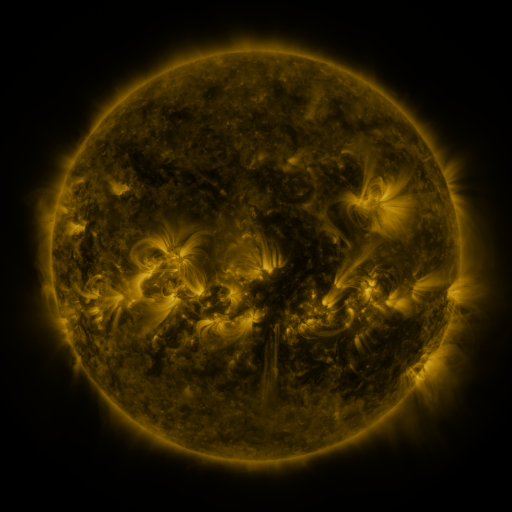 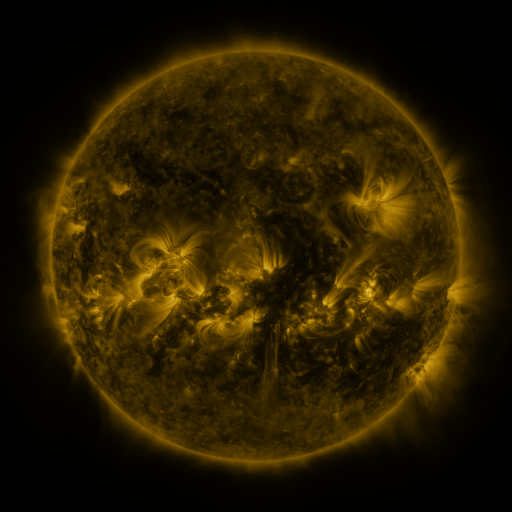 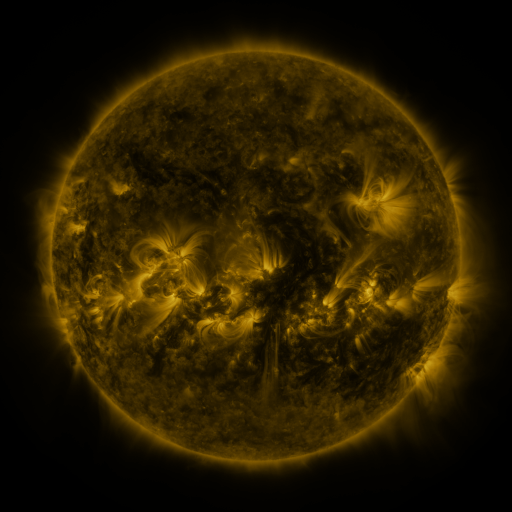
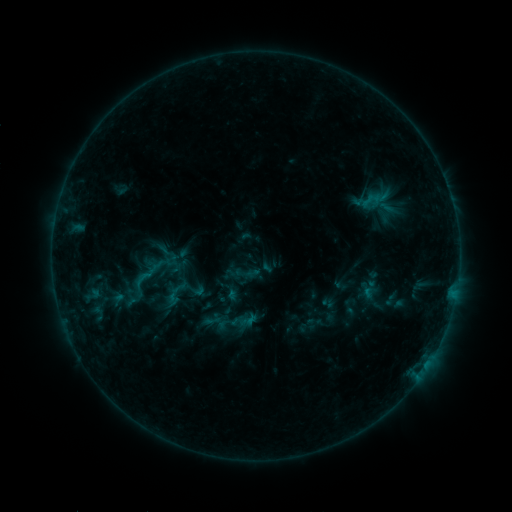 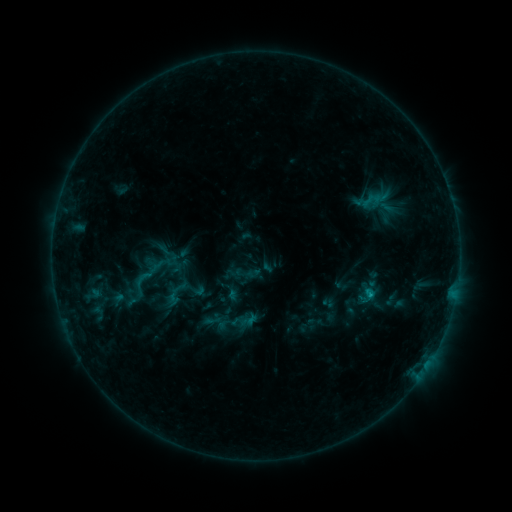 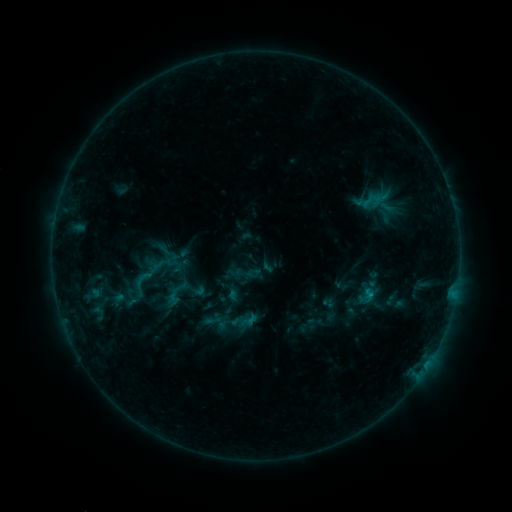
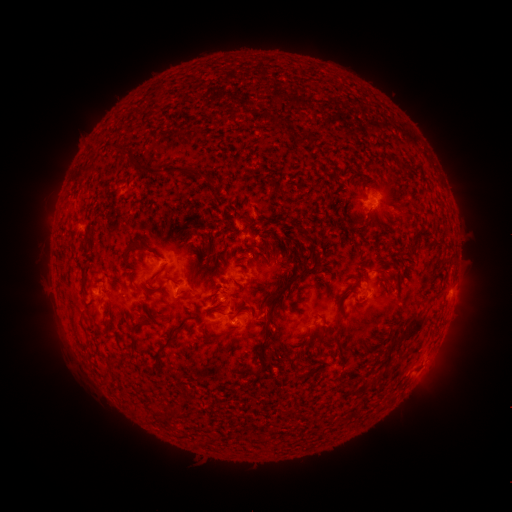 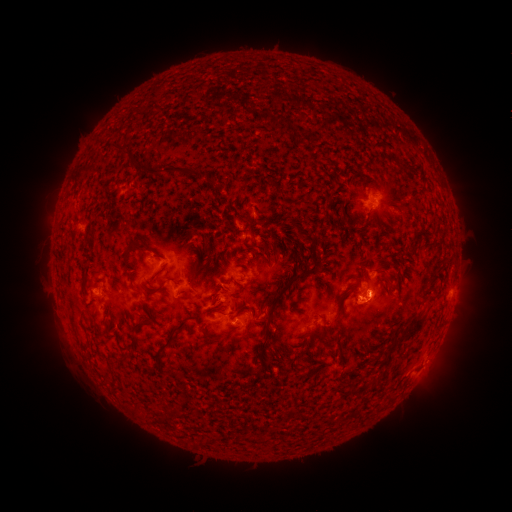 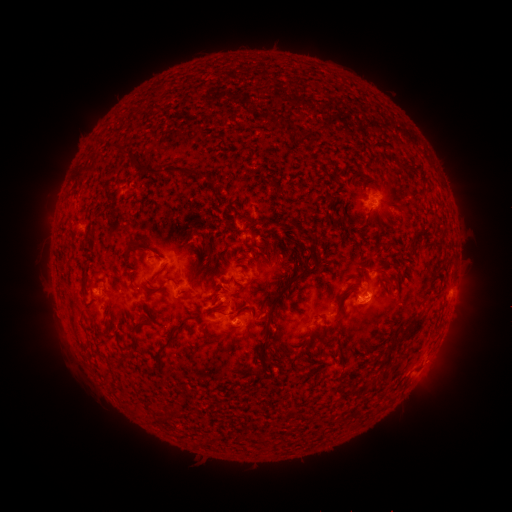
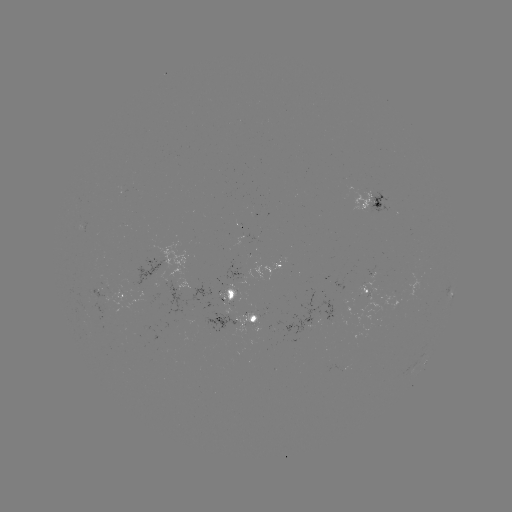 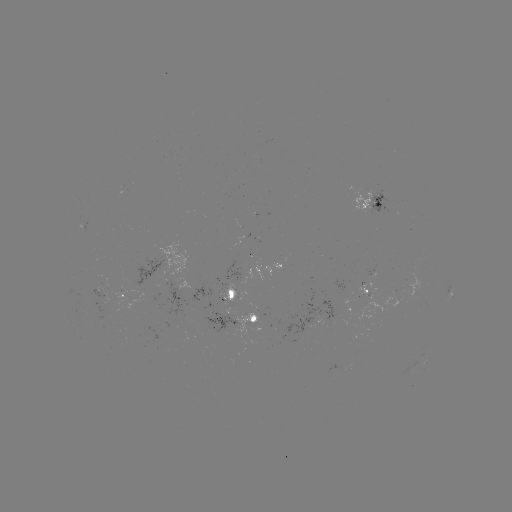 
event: flare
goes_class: B6.1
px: (368, 293)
